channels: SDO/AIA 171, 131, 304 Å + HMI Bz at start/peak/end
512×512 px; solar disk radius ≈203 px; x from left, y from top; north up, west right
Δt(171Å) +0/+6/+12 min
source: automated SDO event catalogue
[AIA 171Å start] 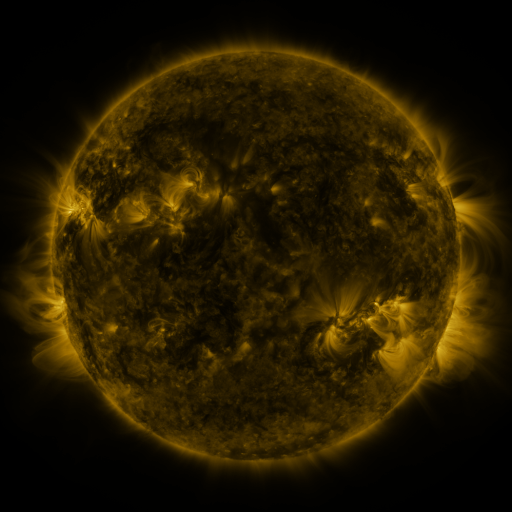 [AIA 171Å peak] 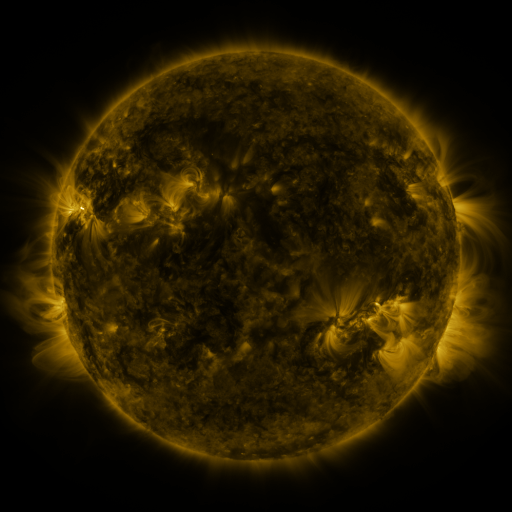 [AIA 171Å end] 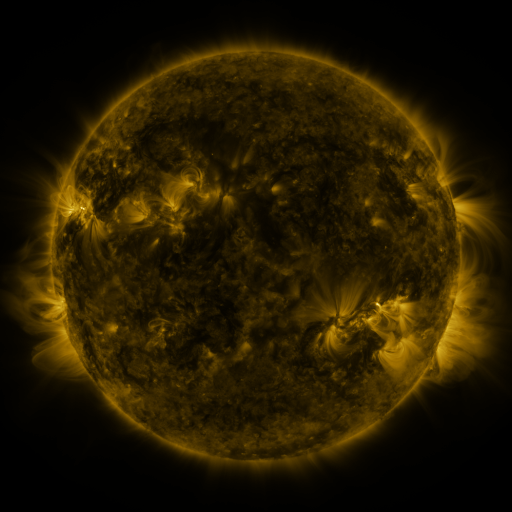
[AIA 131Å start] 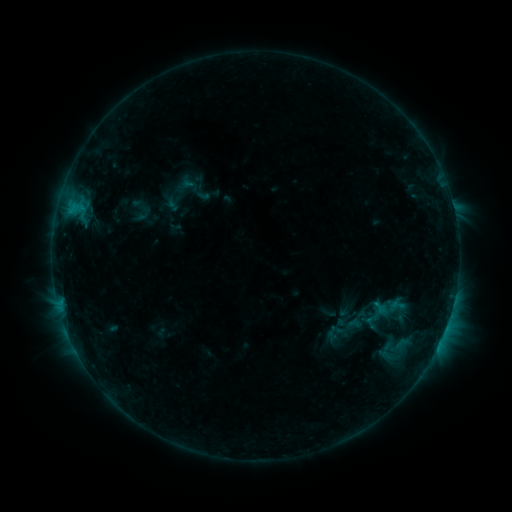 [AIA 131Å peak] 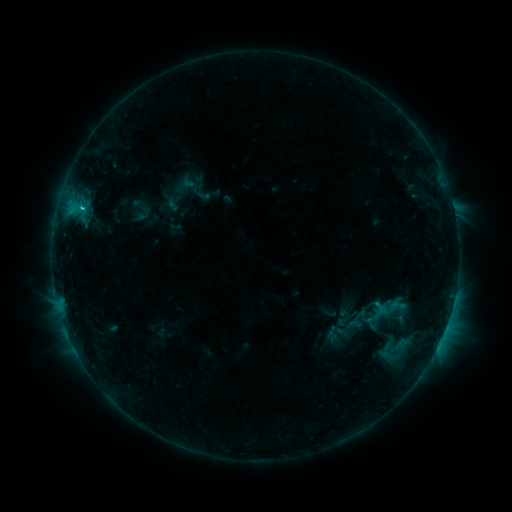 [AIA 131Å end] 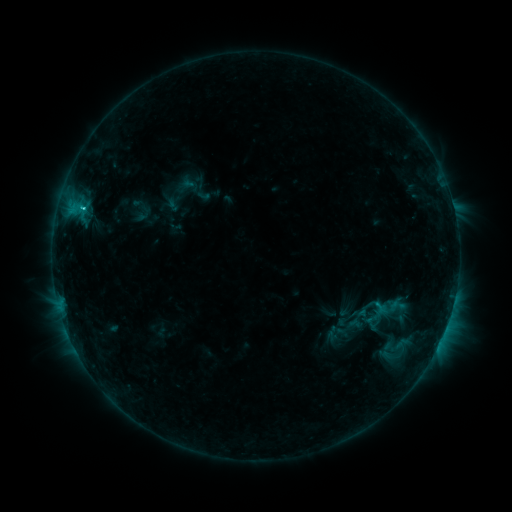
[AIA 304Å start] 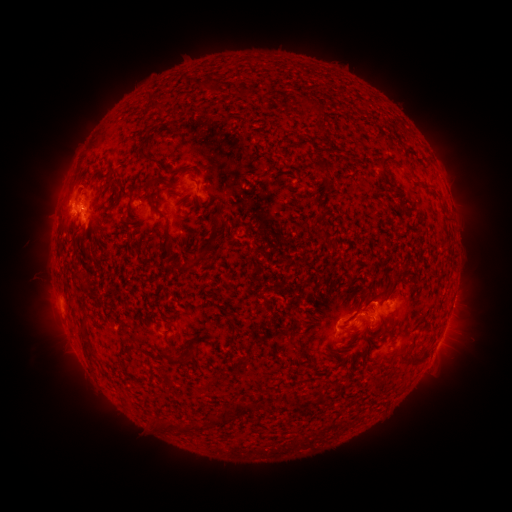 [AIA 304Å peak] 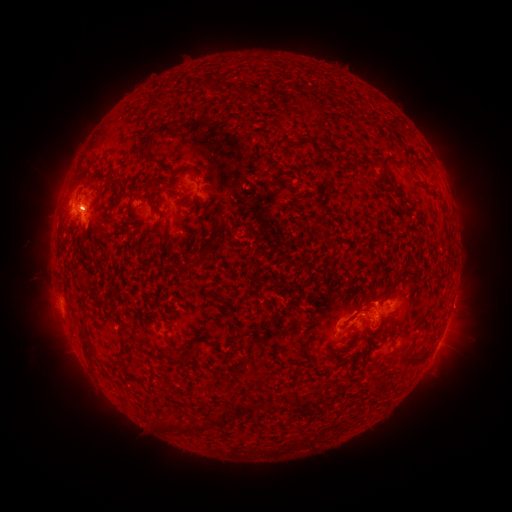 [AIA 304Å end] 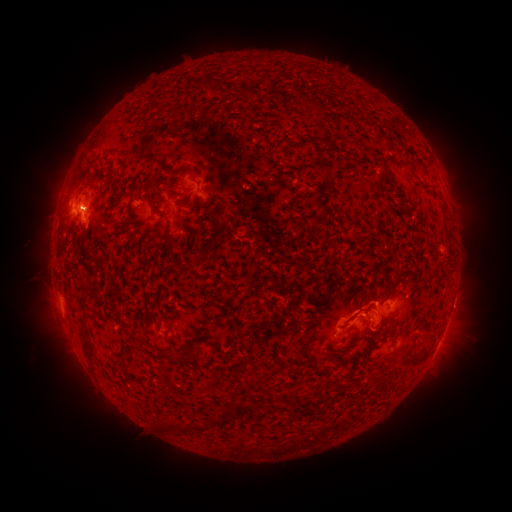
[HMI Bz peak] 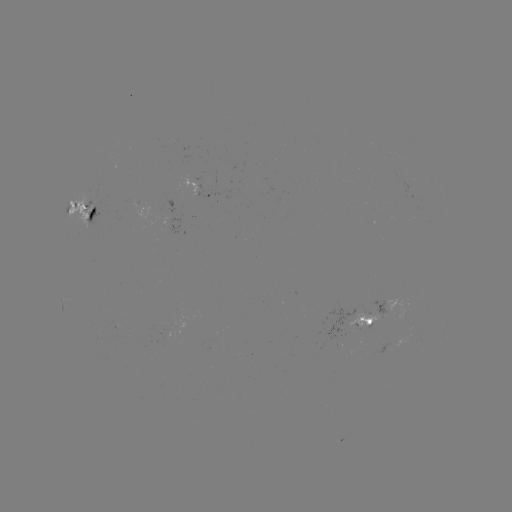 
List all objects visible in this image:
C1.3 flare: (84, 210)
